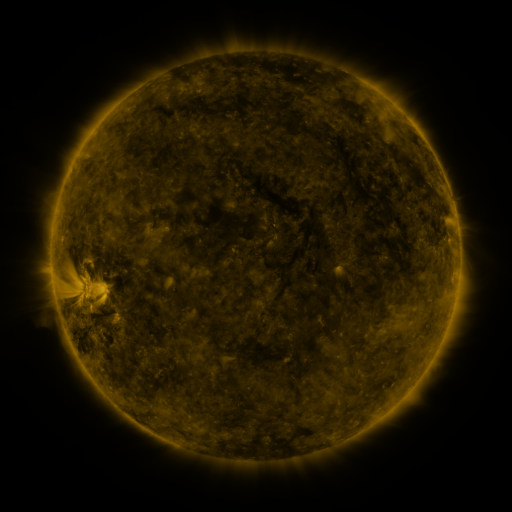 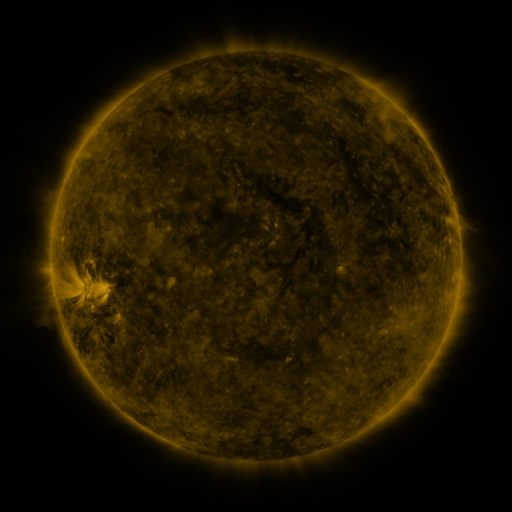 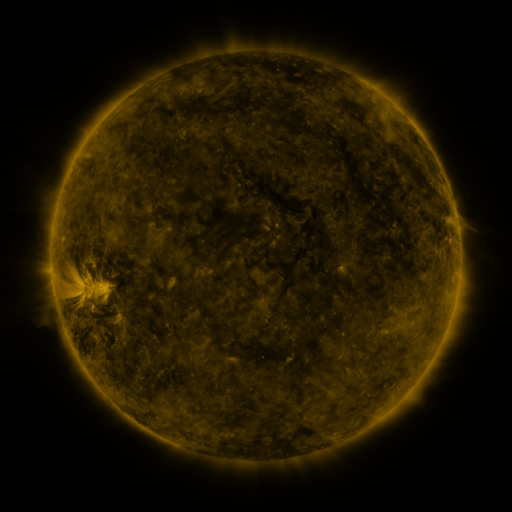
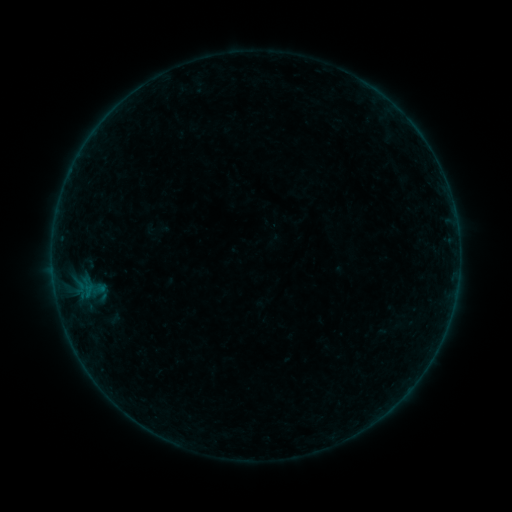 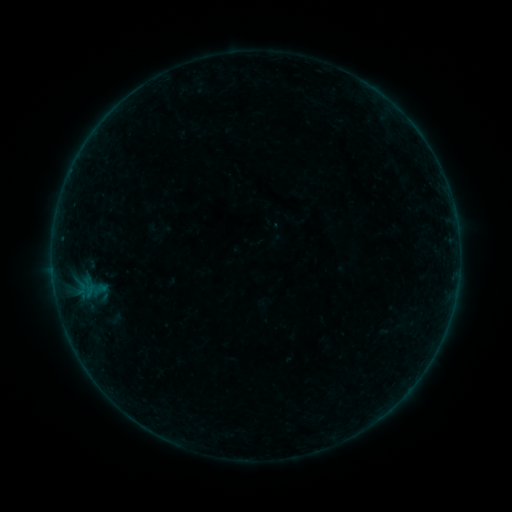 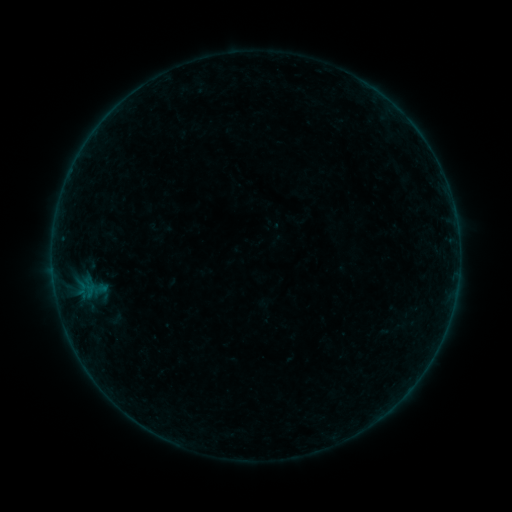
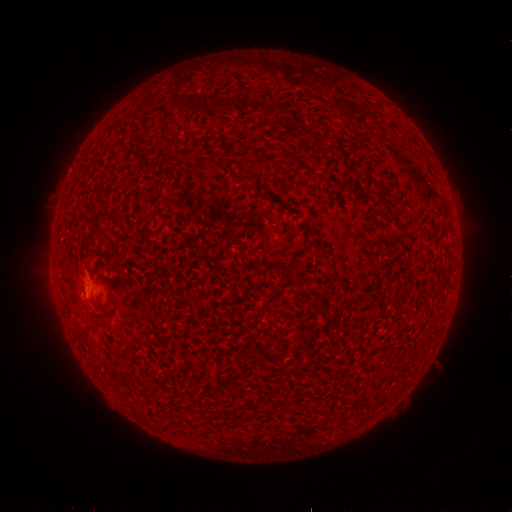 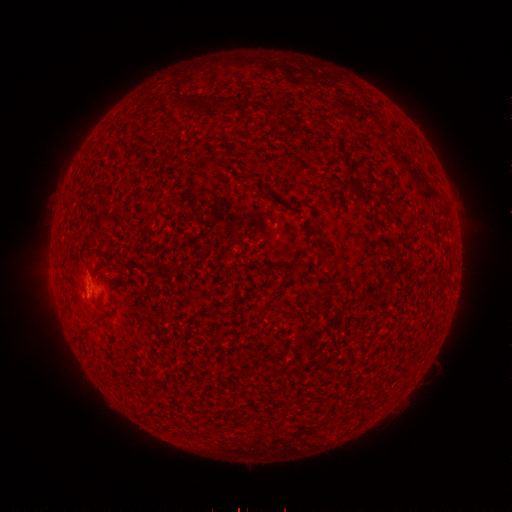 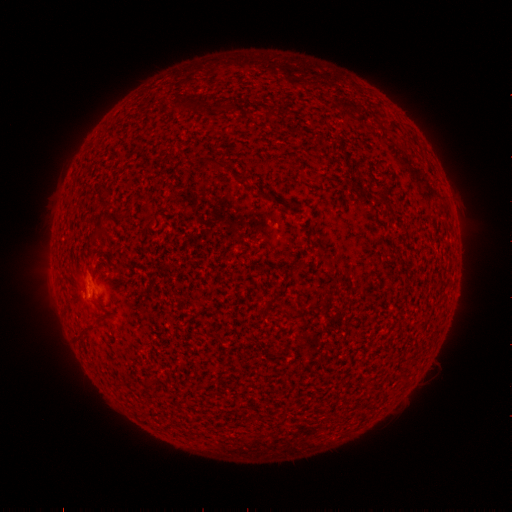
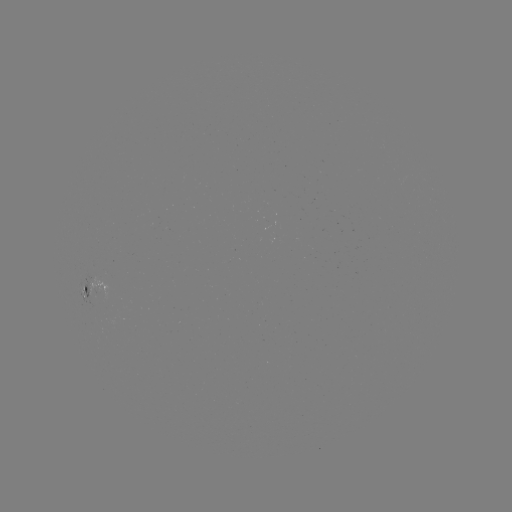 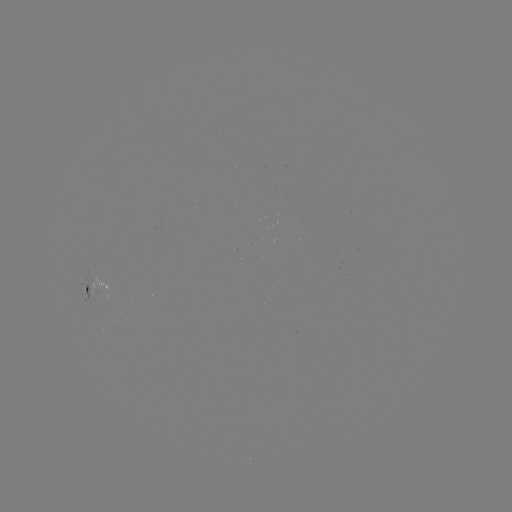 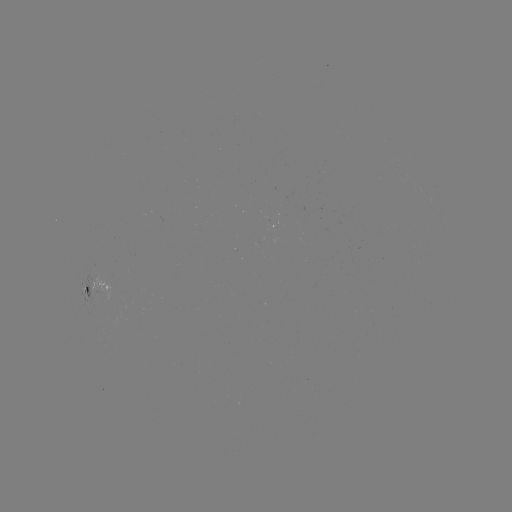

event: emerging-flux region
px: (272, 227)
